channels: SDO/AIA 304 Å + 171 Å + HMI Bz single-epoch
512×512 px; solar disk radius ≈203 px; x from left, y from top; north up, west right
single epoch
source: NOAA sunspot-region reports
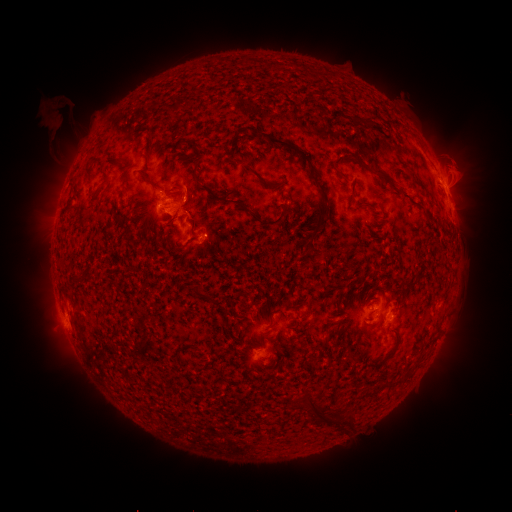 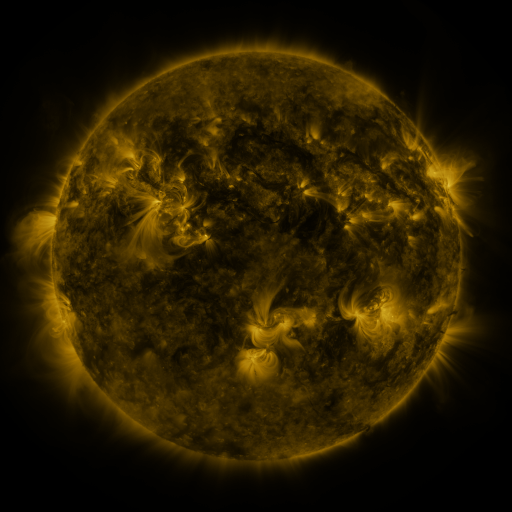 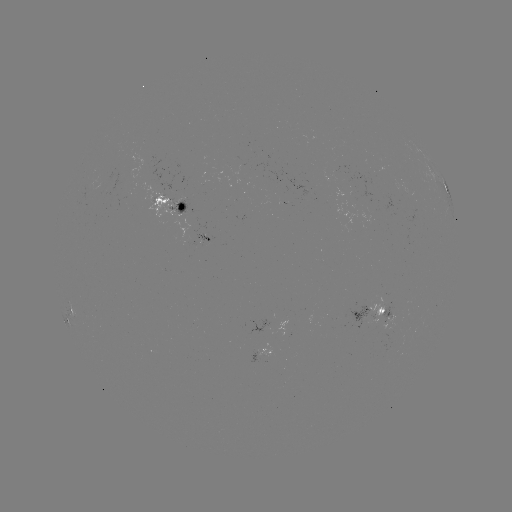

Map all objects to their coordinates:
spotted active region: (450, 199)
spotted active region: (171, 203)
spotted active region: (210, 238)
spotted active region: (69, 310)
spotted active region: (367, 313)
spotted active region: (389, 320)
spotted active region: (262, 355)
